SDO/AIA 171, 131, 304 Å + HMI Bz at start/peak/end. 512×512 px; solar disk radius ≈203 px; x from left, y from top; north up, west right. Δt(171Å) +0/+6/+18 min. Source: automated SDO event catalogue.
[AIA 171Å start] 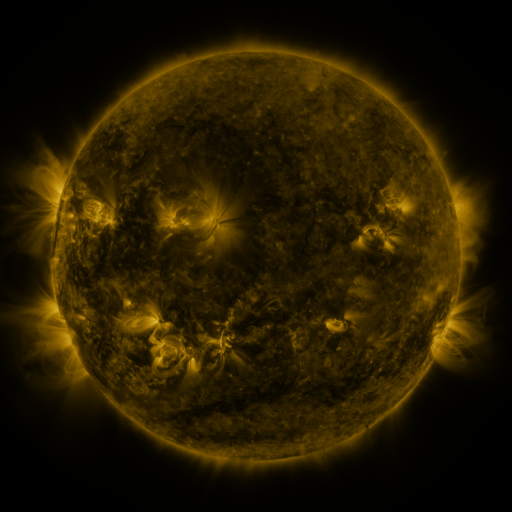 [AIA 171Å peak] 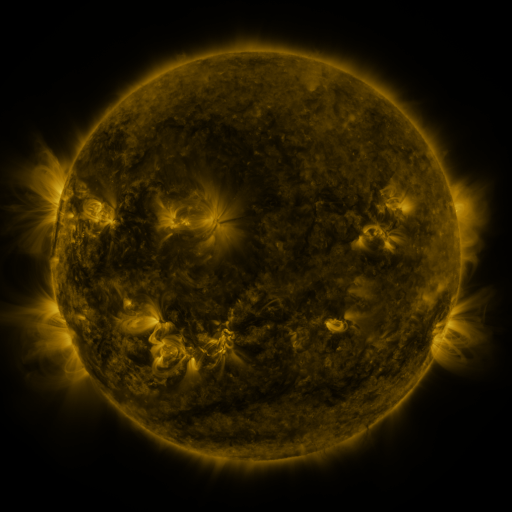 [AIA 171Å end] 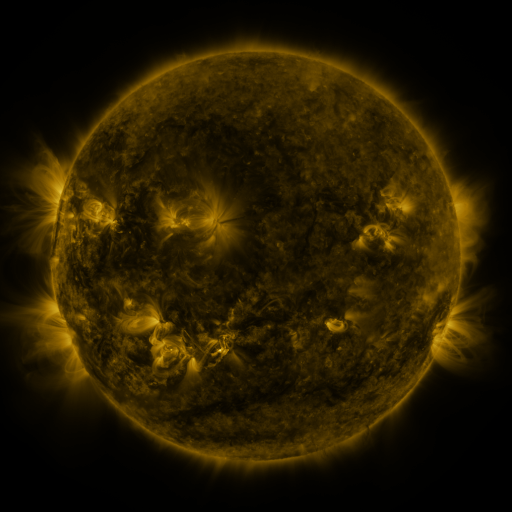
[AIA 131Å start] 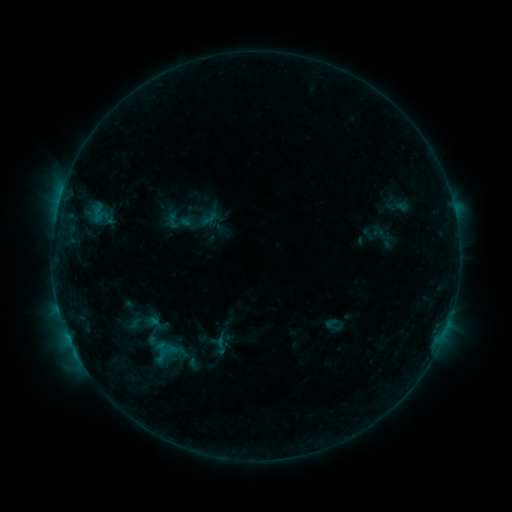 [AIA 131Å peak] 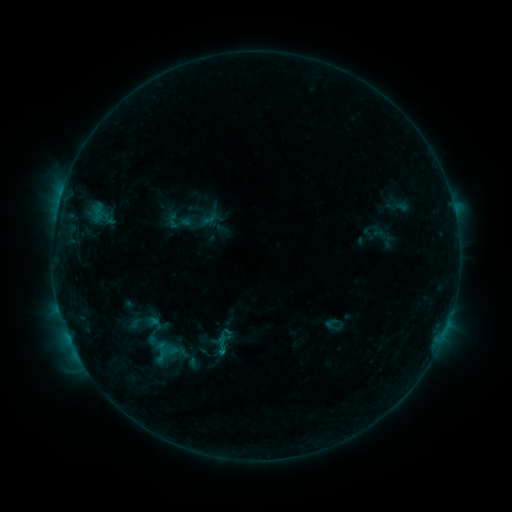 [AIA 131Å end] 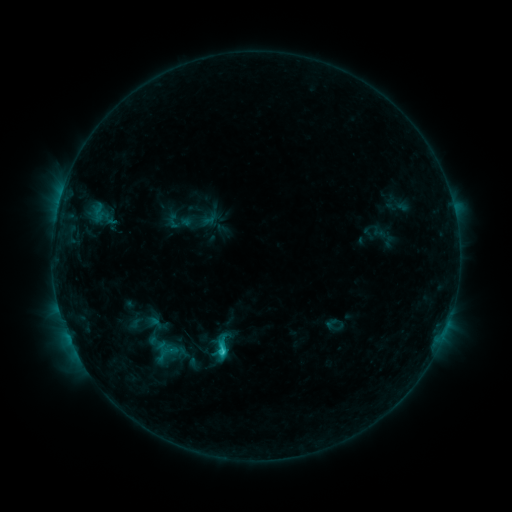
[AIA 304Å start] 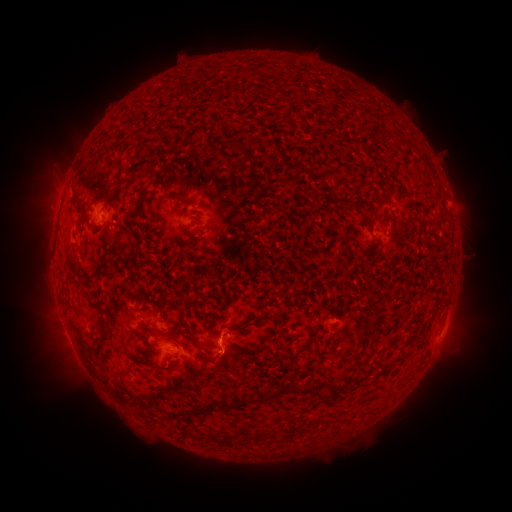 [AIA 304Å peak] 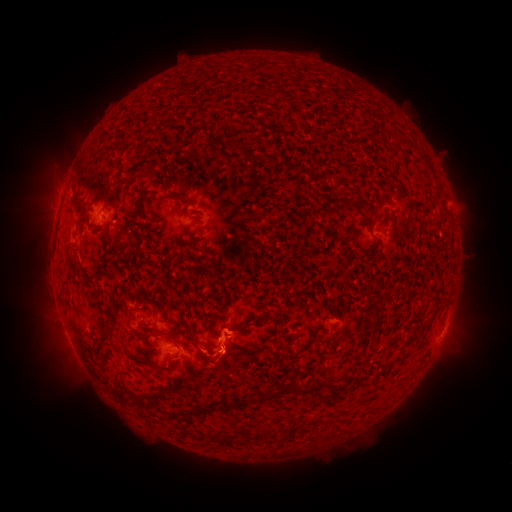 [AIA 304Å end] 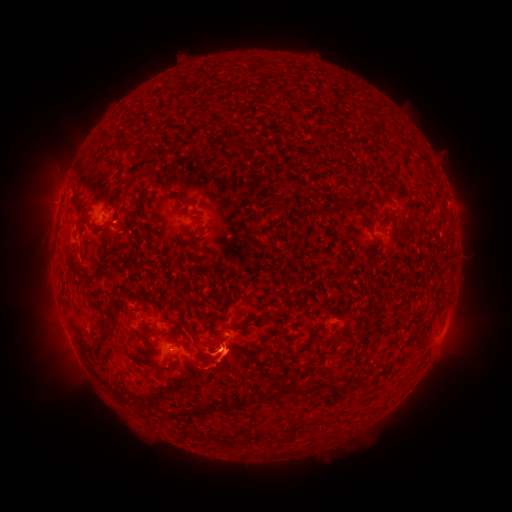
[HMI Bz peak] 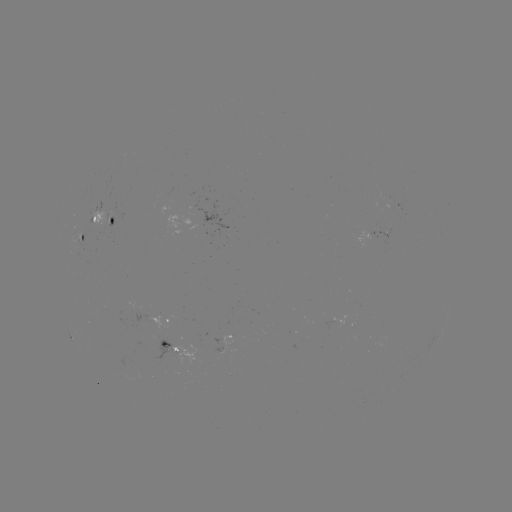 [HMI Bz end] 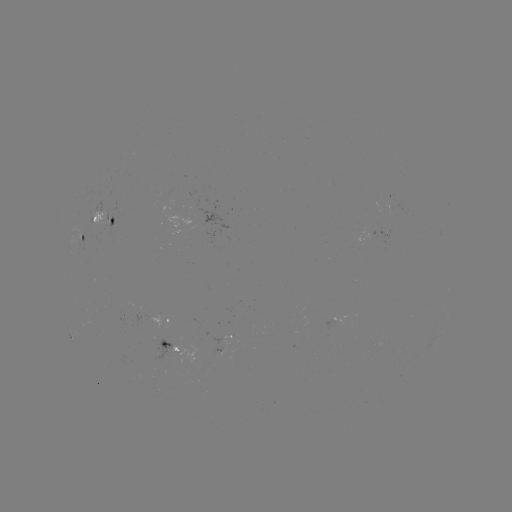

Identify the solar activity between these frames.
eruption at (225, 343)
